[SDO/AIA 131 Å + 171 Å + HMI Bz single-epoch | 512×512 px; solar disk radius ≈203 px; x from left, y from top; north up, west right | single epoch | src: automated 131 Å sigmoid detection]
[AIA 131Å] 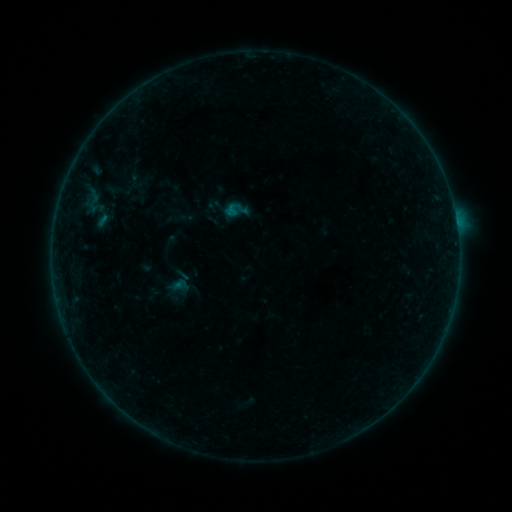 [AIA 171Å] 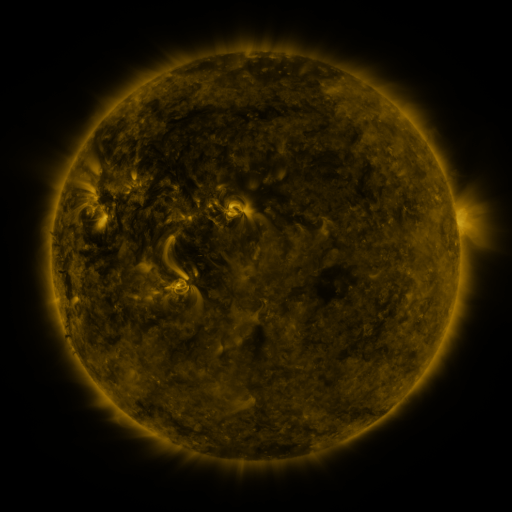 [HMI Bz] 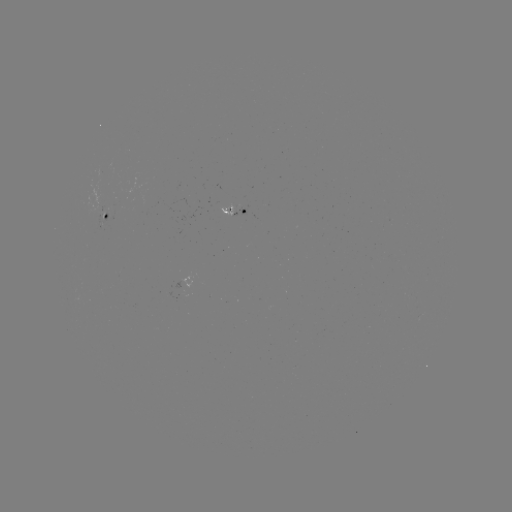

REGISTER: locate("sigmoid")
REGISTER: (180, 285)